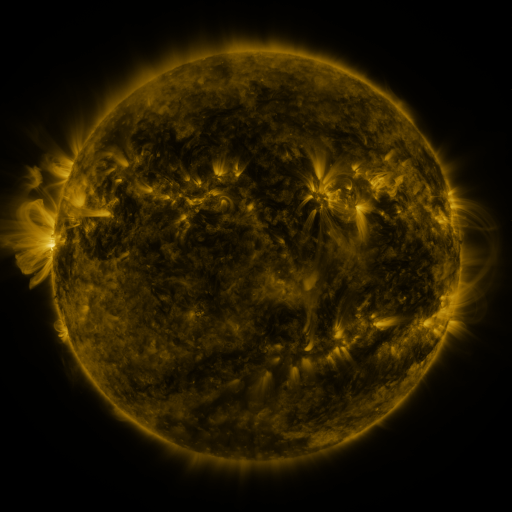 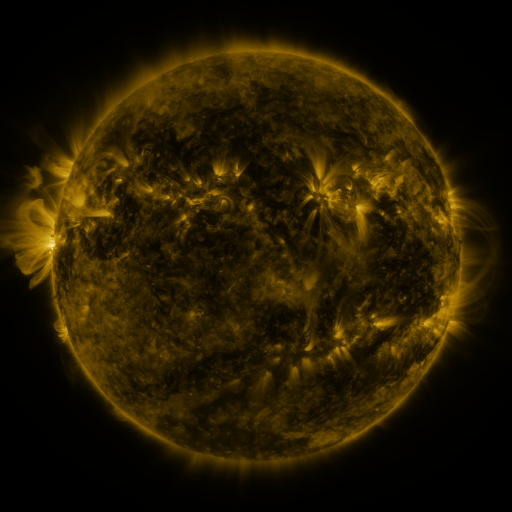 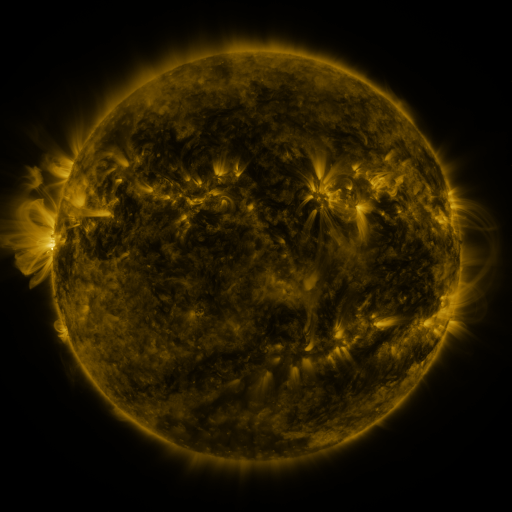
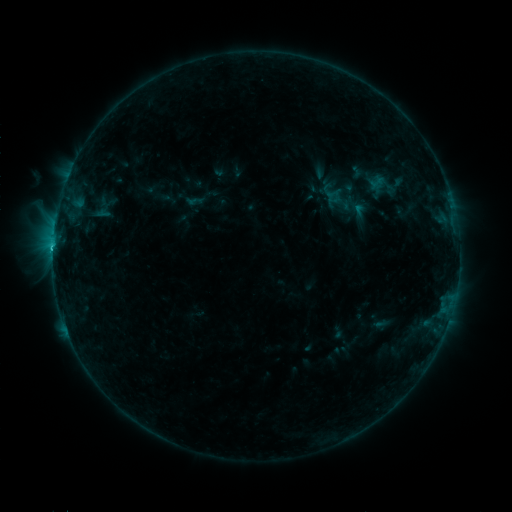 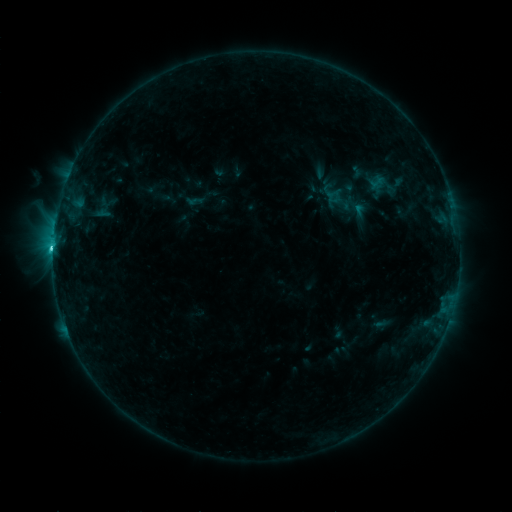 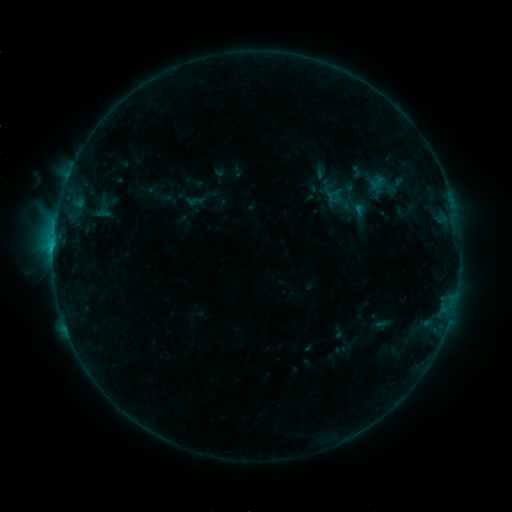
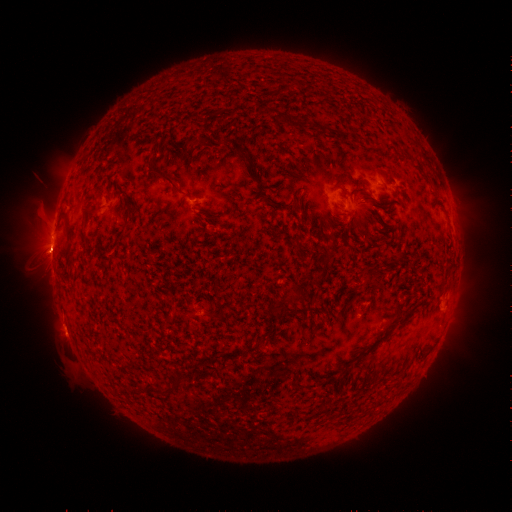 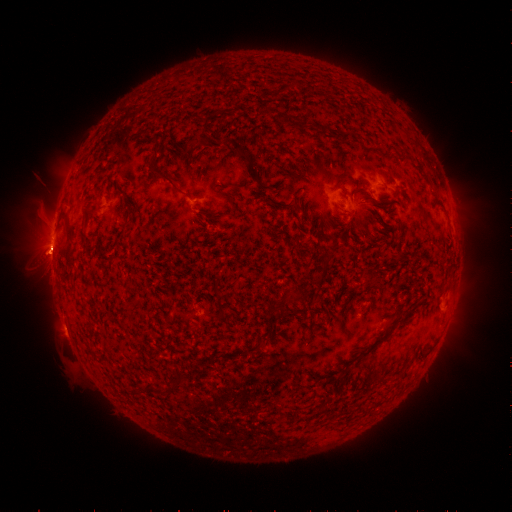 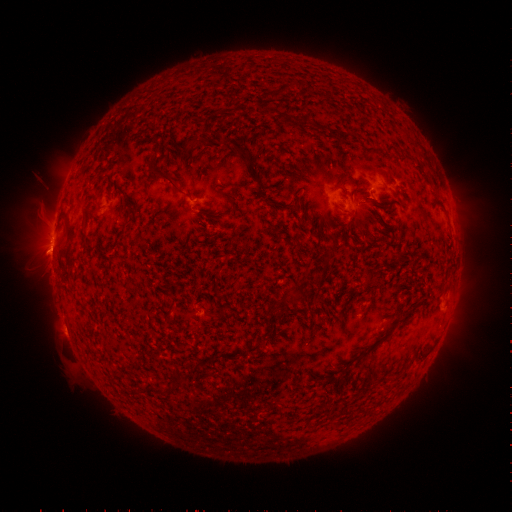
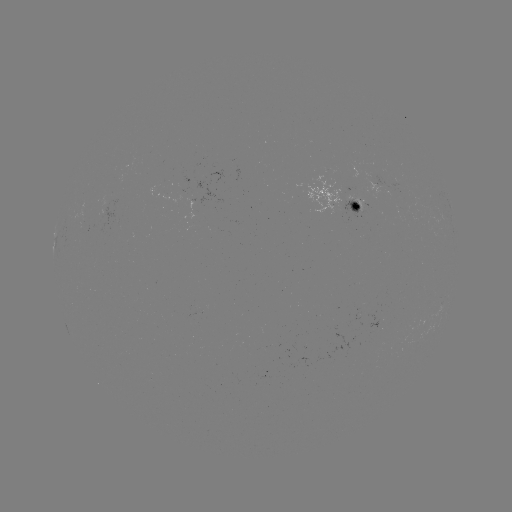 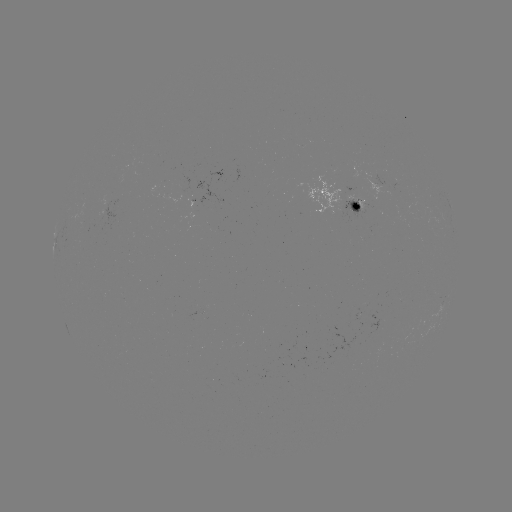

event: flare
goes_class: C1.7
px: (55, 247)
